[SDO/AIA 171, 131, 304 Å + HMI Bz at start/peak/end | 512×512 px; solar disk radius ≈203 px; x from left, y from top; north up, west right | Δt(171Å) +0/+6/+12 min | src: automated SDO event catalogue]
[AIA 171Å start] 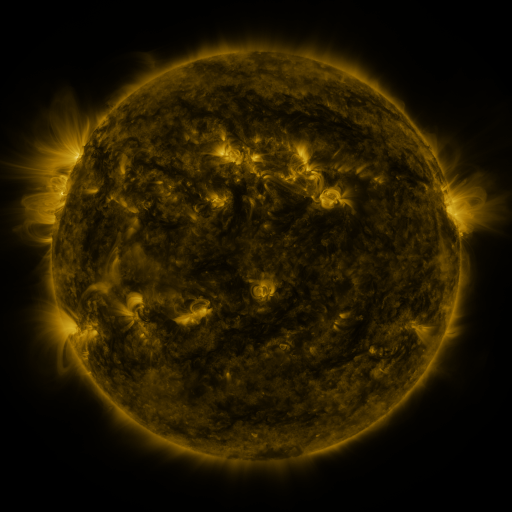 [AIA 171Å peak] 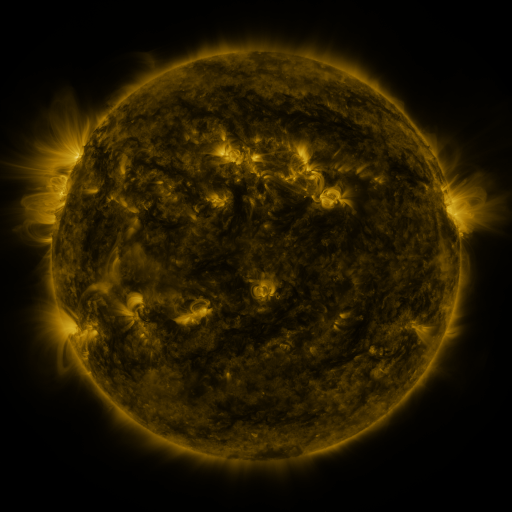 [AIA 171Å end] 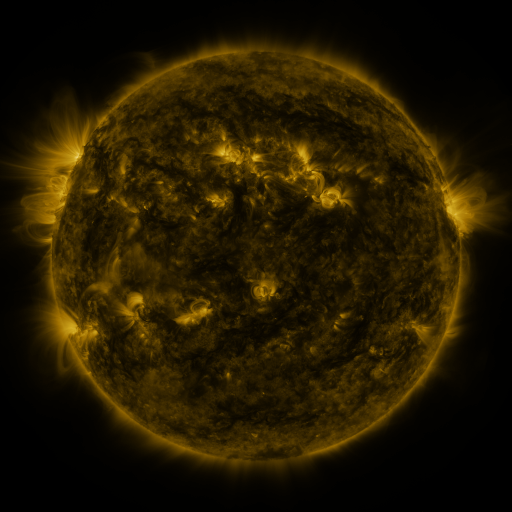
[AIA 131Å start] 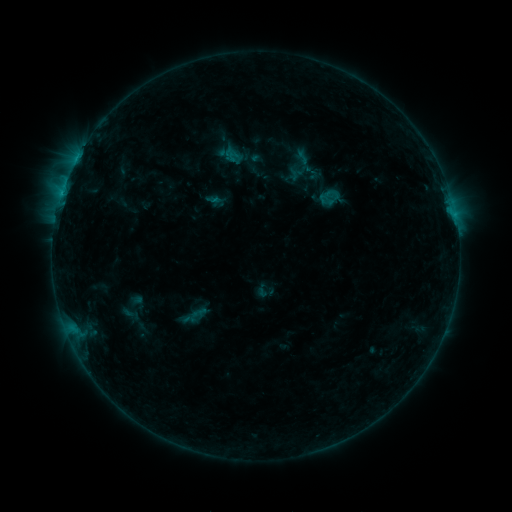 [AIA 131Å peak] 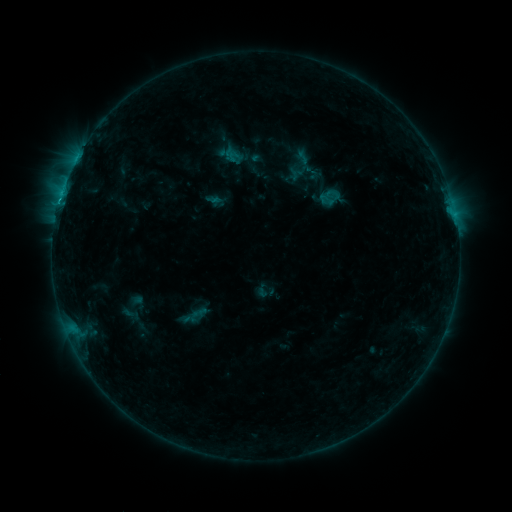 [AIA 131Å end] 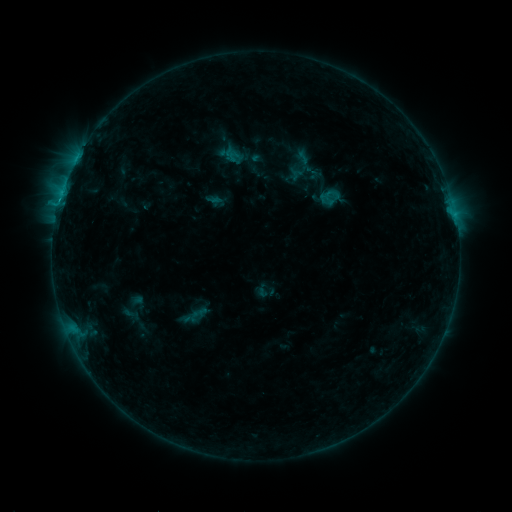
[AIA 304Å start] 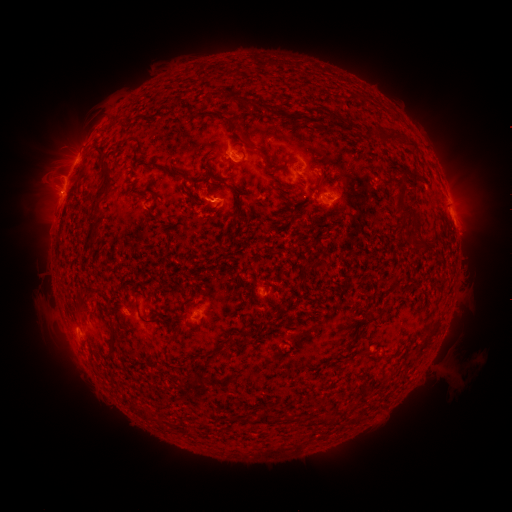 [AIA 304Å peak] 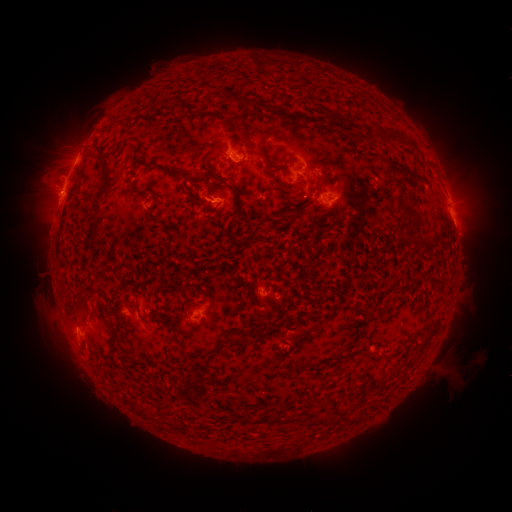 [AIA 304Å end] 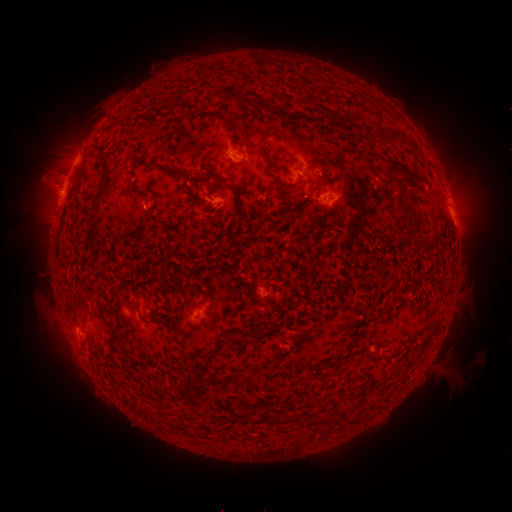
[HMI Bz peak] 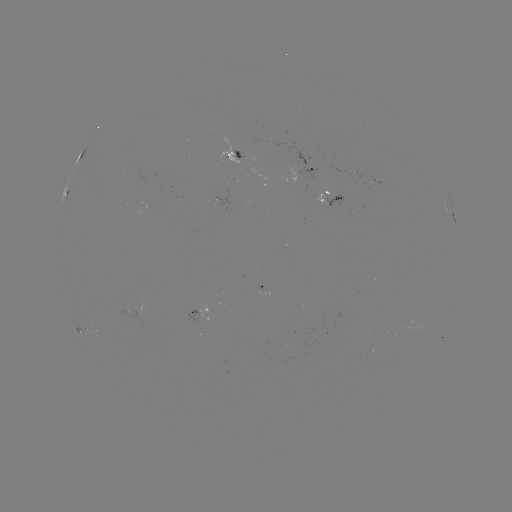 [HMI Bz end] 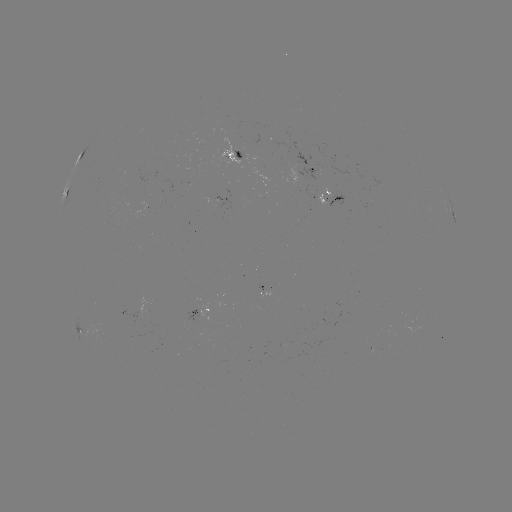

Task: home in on C1.1 flare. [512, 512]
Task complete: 59,203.